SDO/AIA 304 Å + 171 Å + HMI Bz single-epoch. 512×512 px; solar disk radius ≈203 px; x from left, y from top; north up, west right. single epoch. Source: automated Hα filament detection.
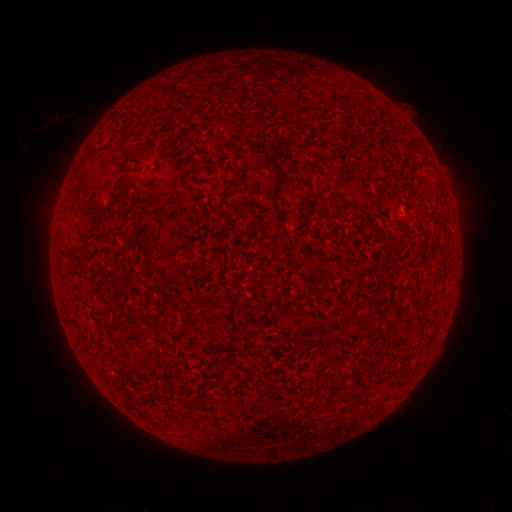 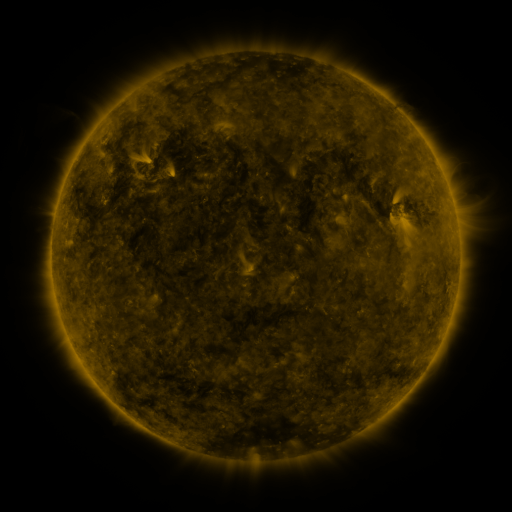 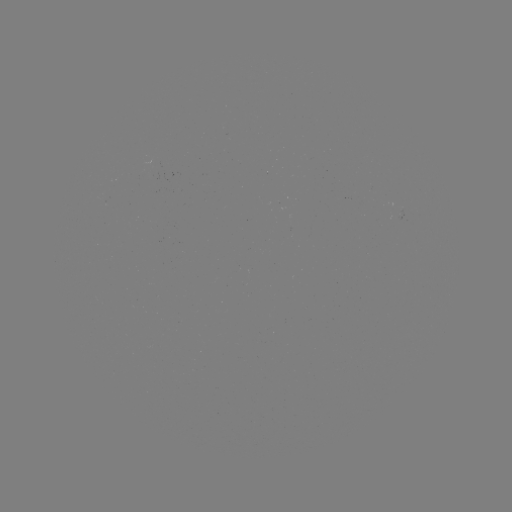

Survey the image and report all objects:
filament: [112, 172, 130, 196]
filament: [139, 238, 156, 255]
